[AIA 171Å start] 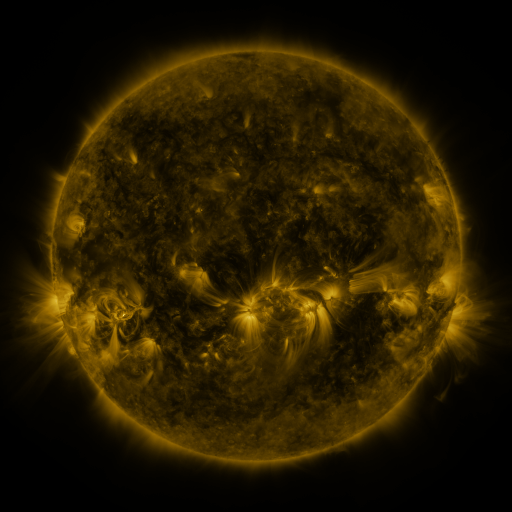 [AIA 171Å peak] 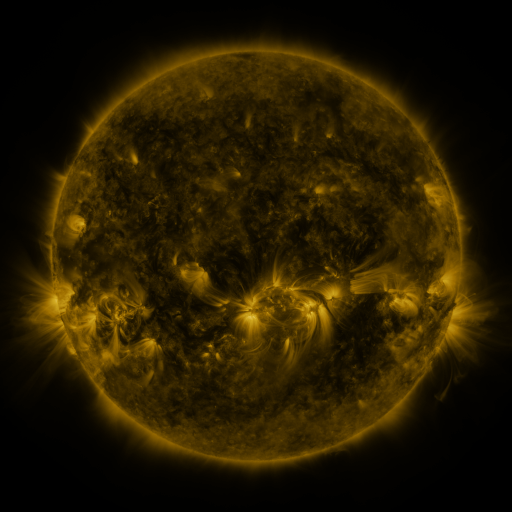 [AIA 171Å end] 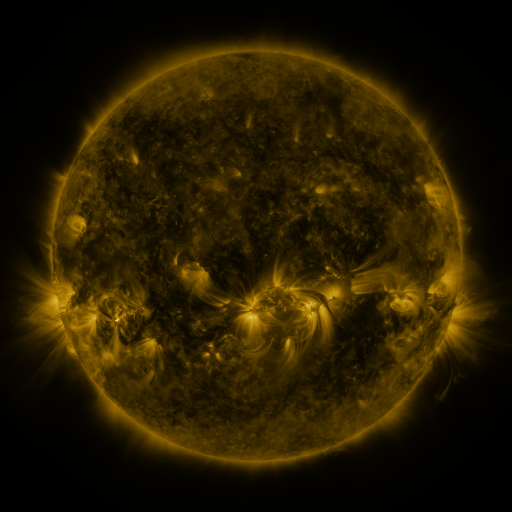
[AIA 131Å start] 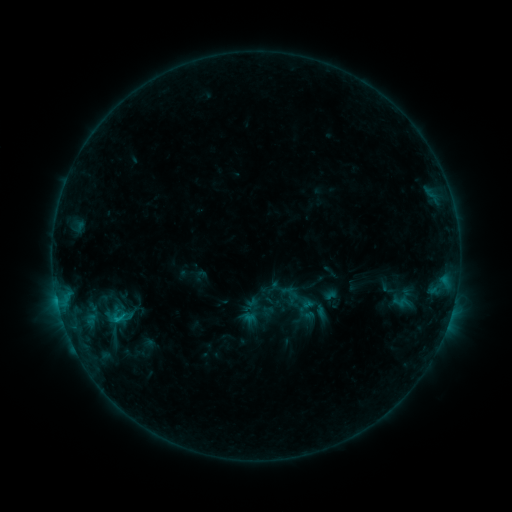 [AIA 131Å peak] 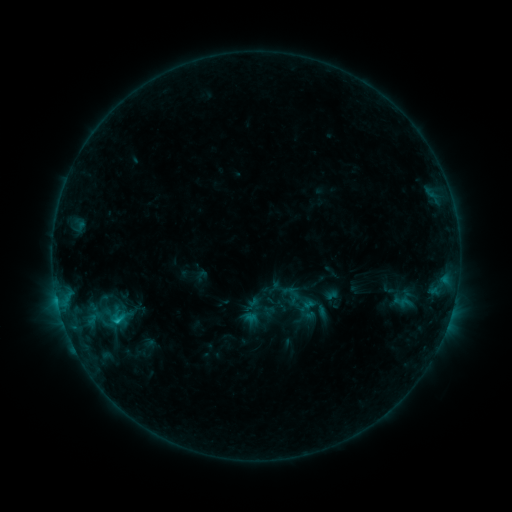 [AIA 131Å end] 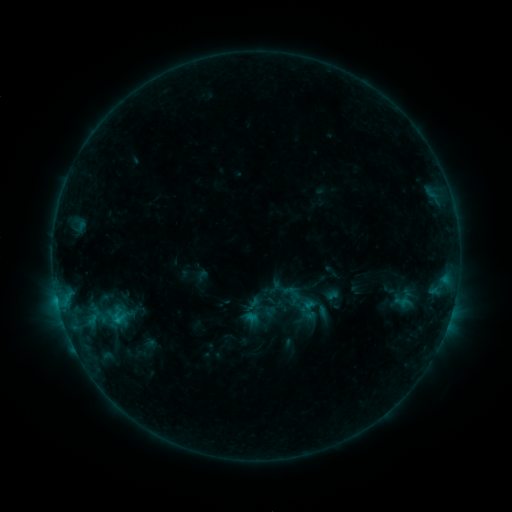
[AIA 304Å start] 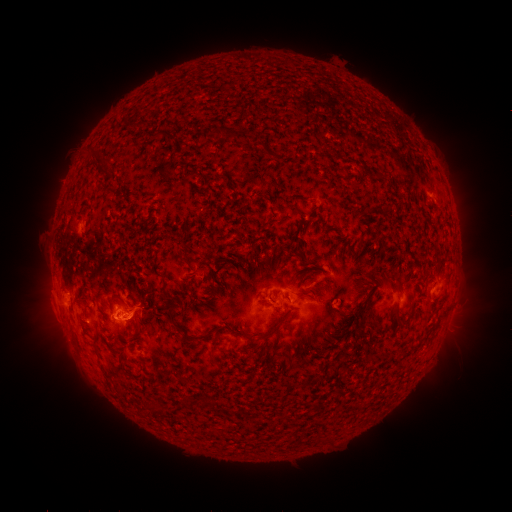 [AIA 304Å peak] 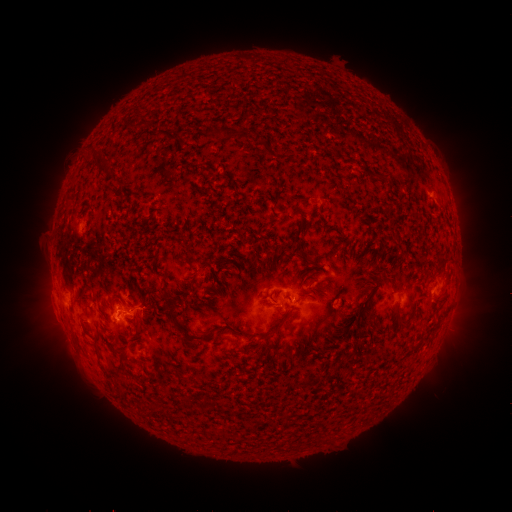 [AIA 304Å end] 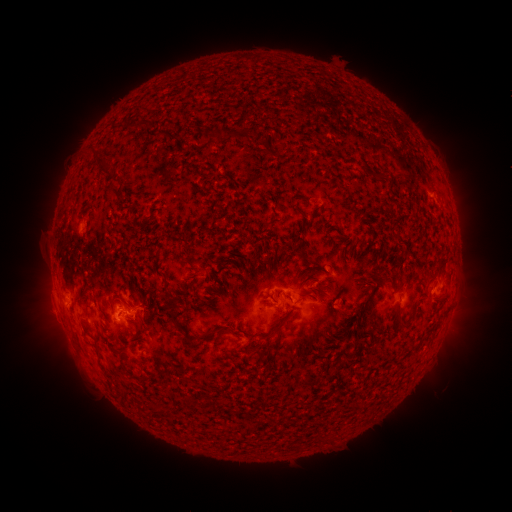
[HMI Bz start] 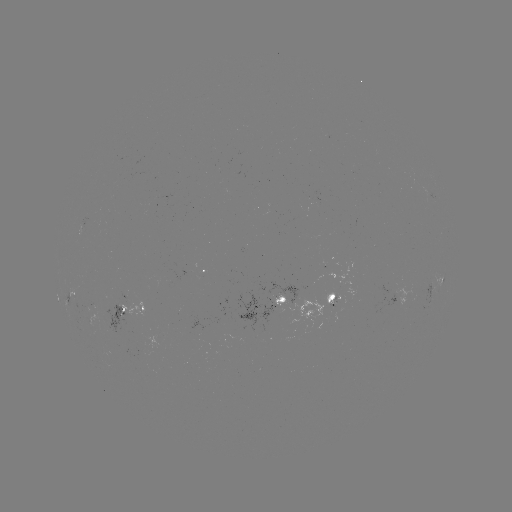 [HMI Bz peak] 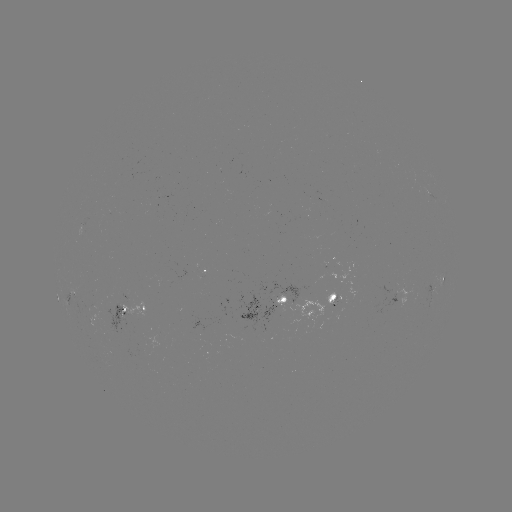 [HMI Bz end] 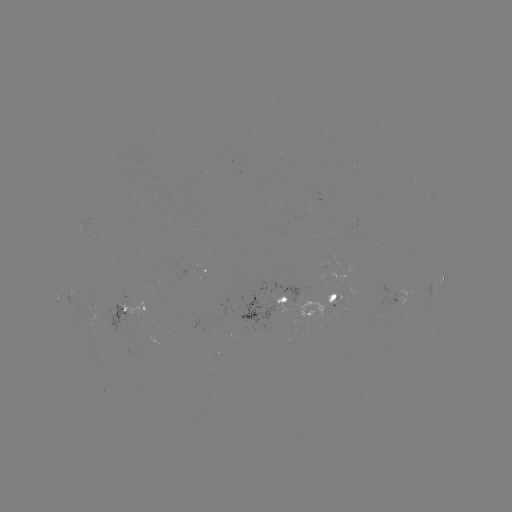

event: flare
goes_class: C1.3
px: (118, 320)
